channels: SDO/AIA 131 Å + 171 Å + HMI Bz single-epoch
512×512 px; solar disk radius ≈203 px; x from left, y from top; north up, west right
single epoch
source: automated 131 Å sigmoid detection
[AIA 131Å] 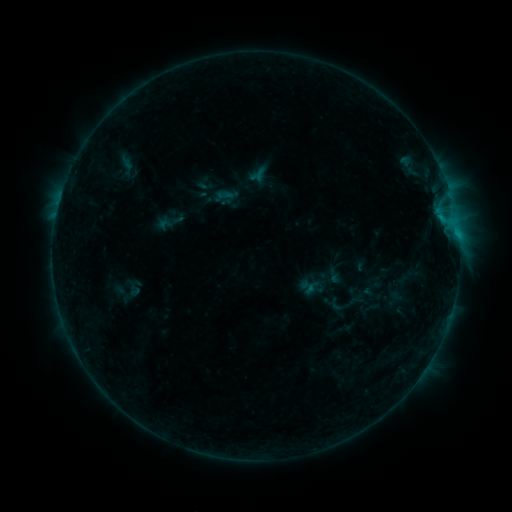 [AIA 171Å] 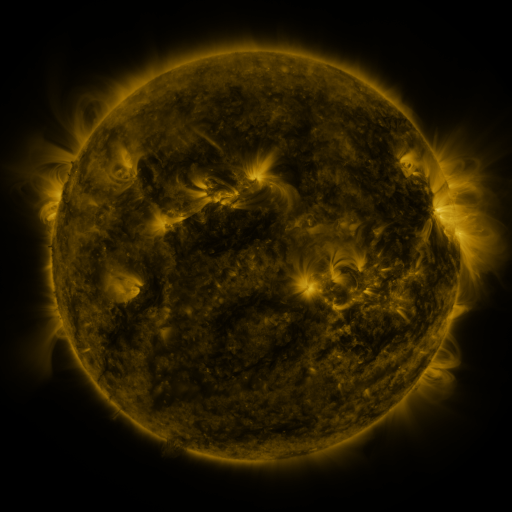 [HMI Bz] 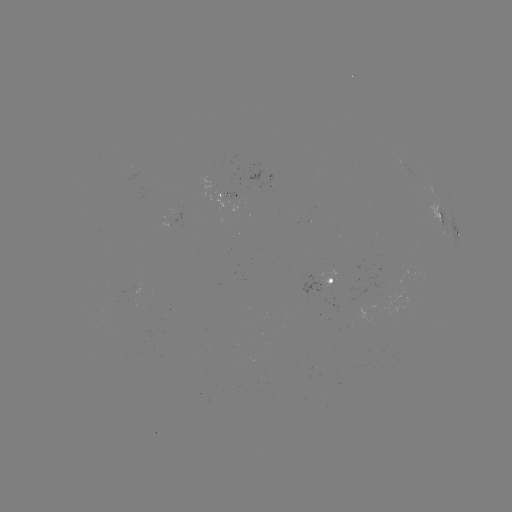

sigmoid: <bbox>216, 186, 234, 203</bbox>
